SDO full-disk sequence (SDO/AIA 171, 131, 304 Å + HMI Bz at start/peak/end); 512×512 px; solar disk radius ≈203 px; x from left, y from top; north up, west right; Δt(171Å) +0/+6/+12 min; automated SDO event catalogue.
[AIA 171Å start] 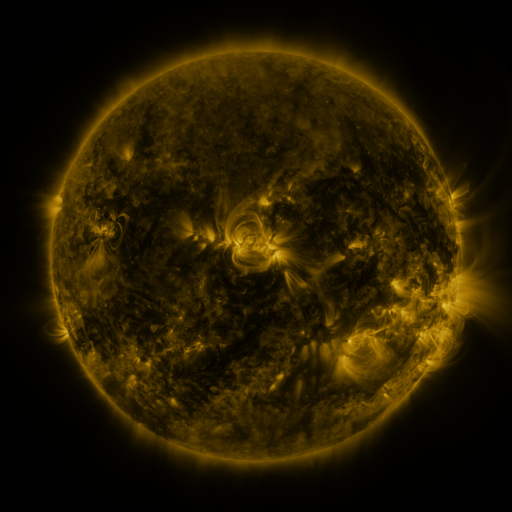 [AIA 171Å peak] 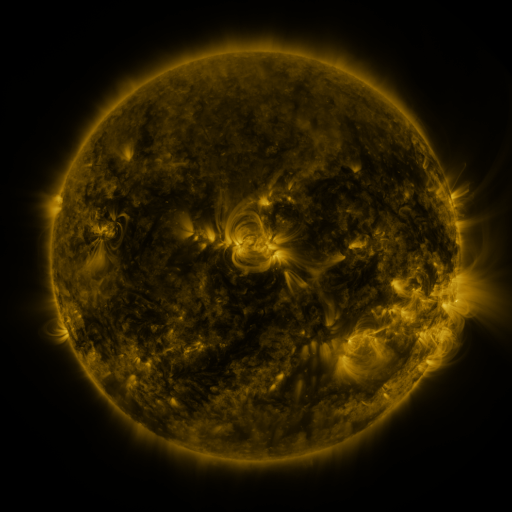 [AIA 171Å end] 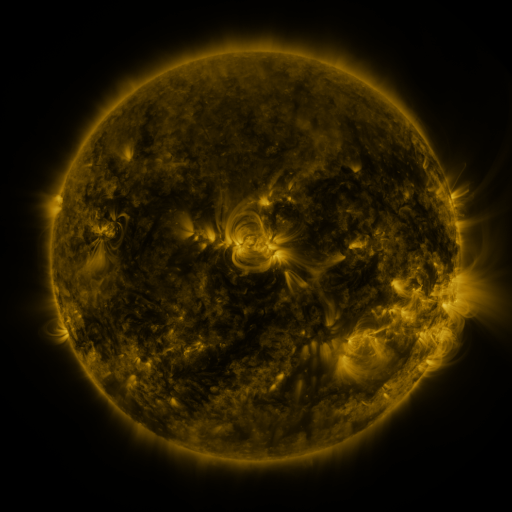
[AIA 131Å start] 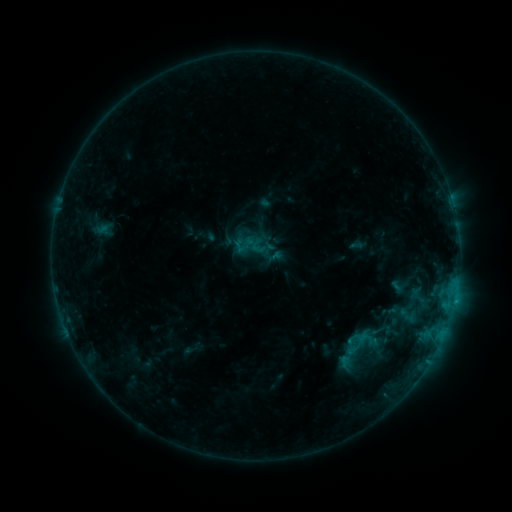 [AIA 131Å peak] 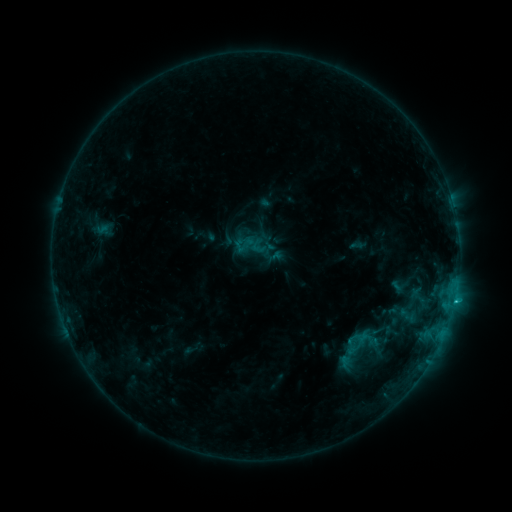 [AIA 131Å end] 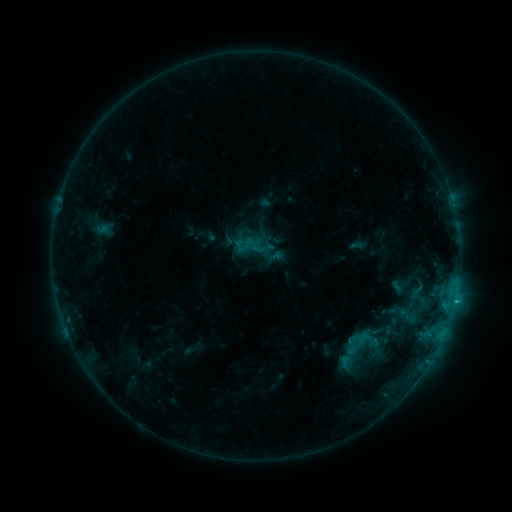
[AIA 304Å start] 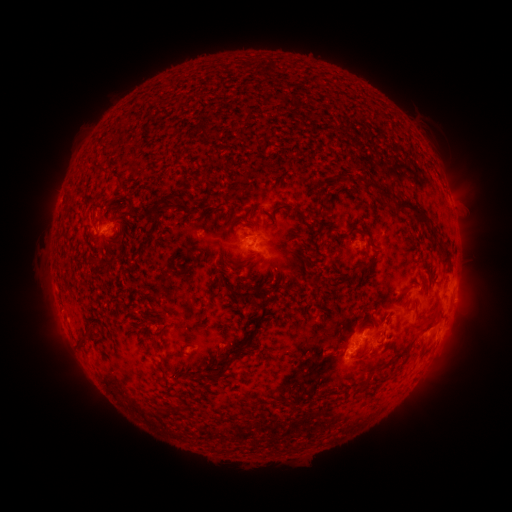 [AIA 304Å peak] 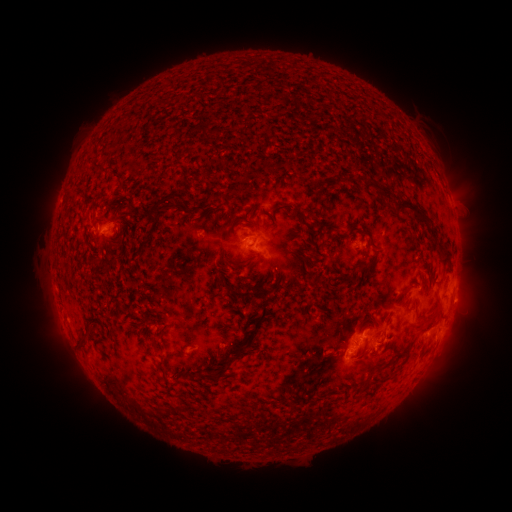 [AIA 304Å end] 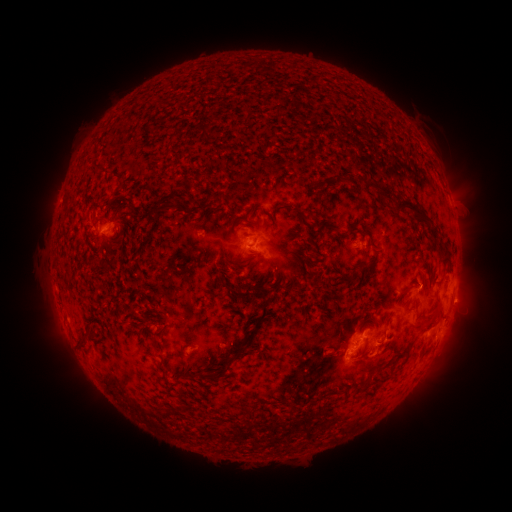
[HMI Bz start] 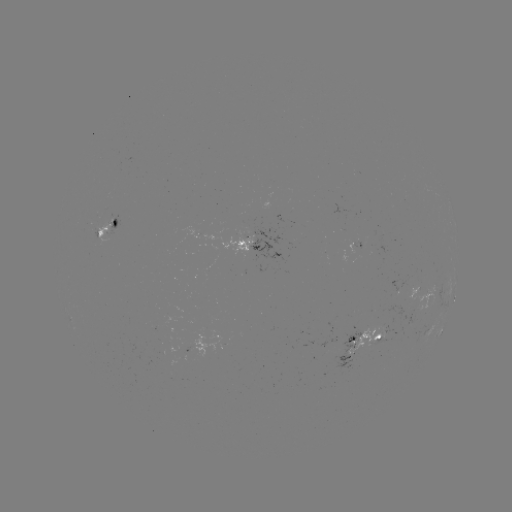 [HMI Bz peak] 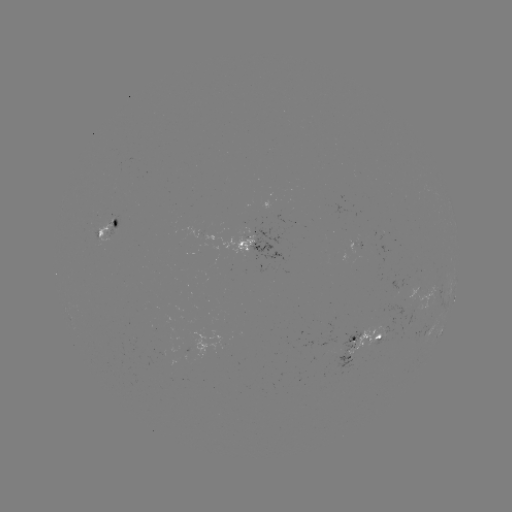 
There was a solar flare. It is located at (454, 298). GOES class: B8.9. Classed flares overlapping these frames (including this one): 1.